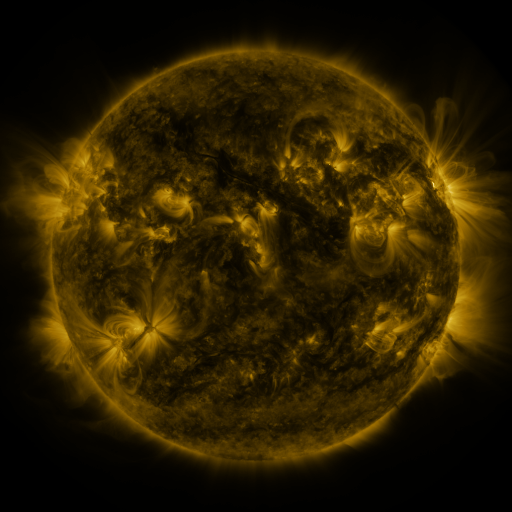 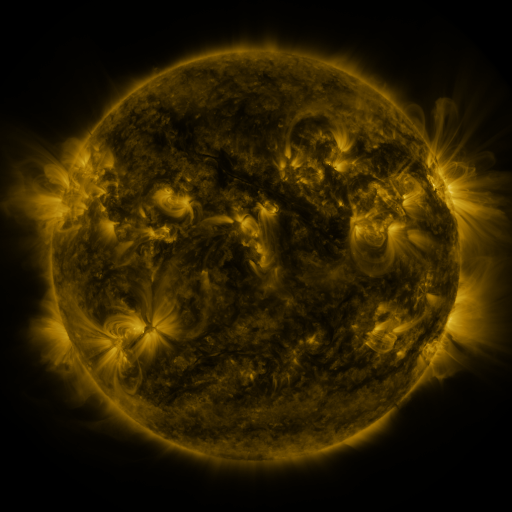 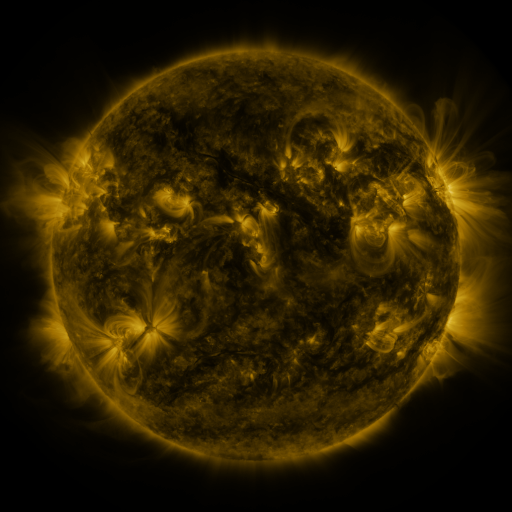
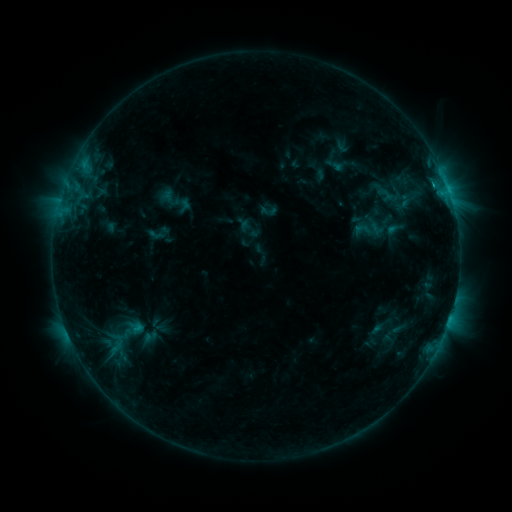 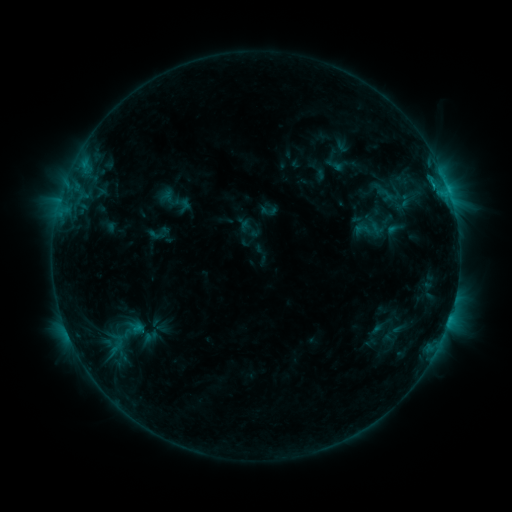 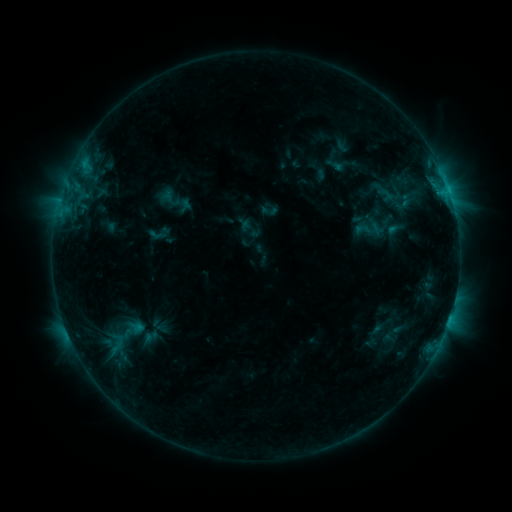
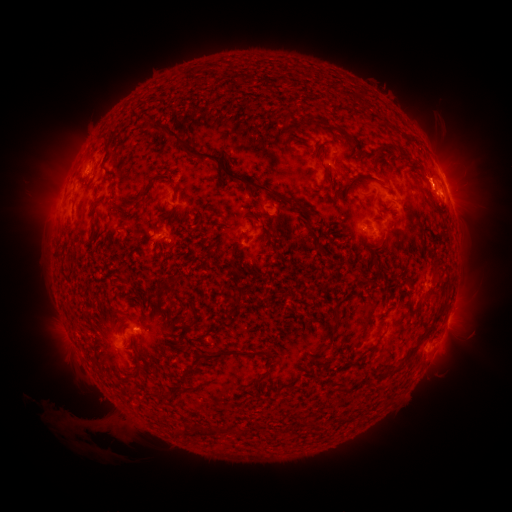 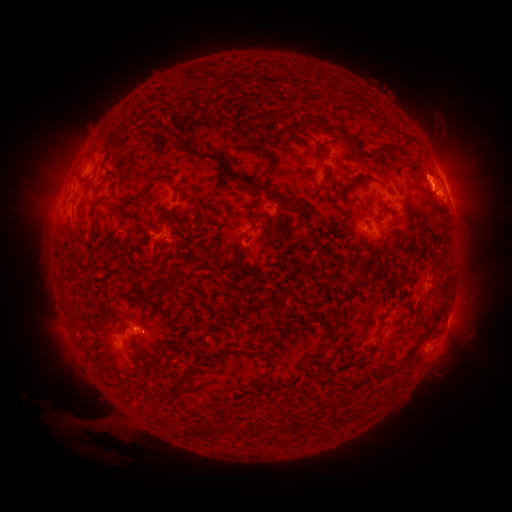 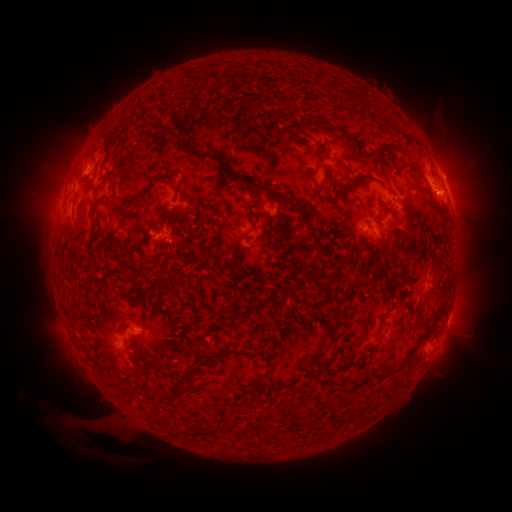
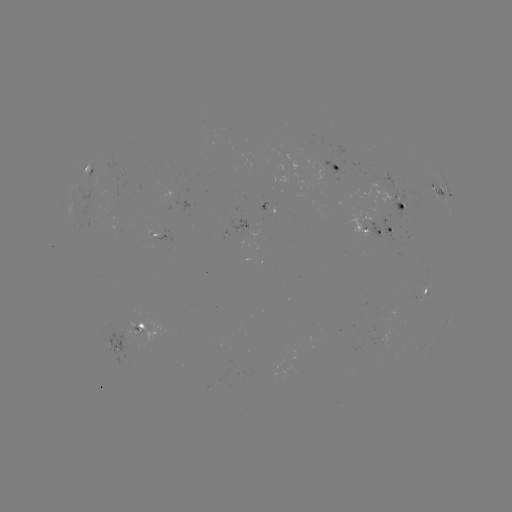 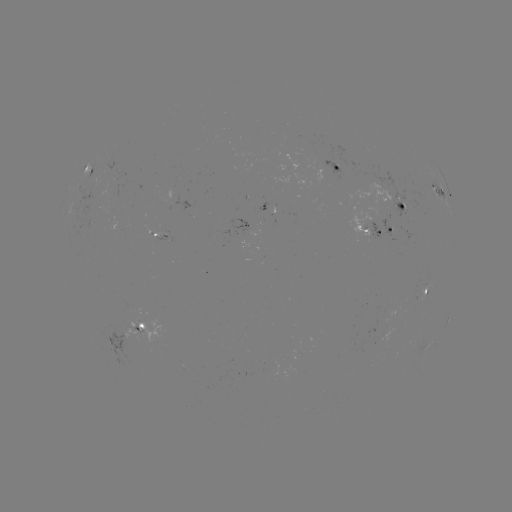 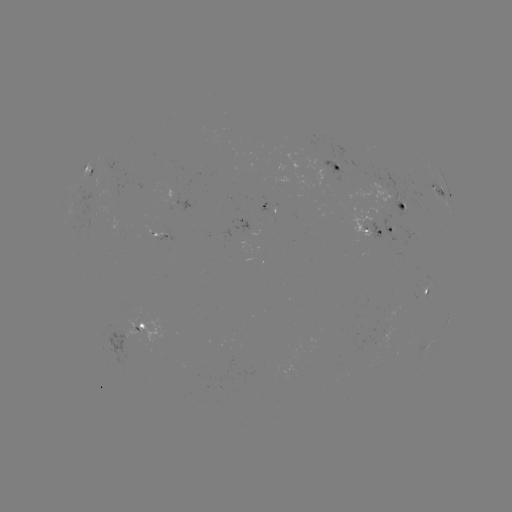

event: eruption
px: (428, 165)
